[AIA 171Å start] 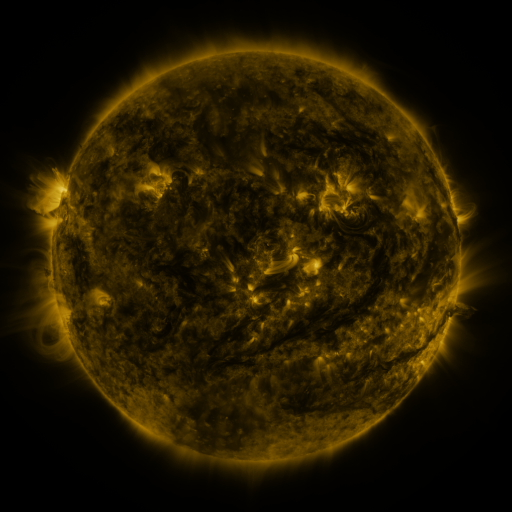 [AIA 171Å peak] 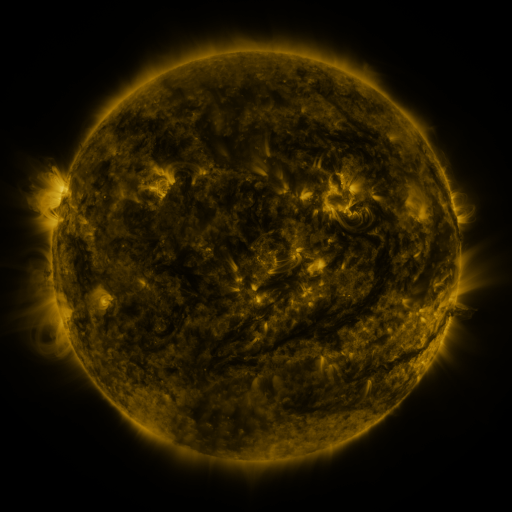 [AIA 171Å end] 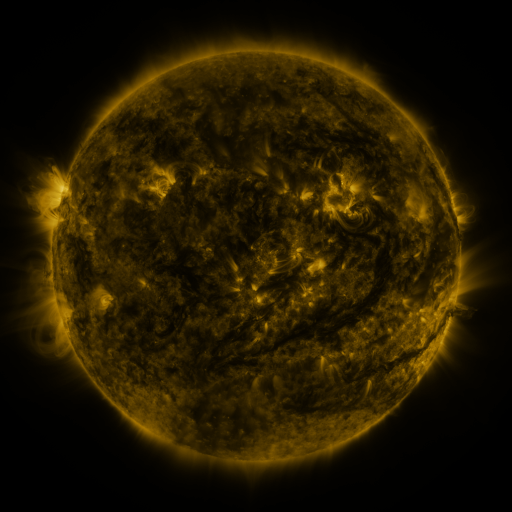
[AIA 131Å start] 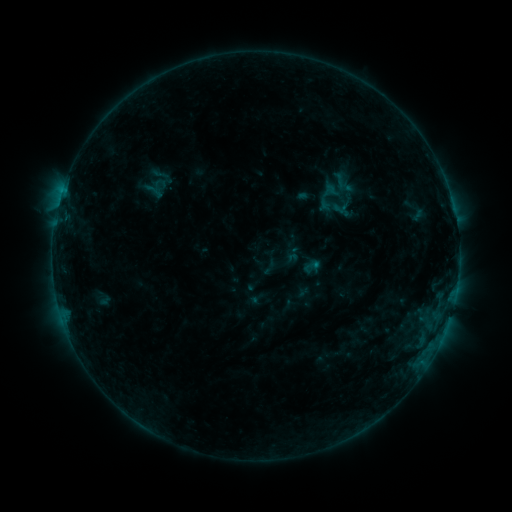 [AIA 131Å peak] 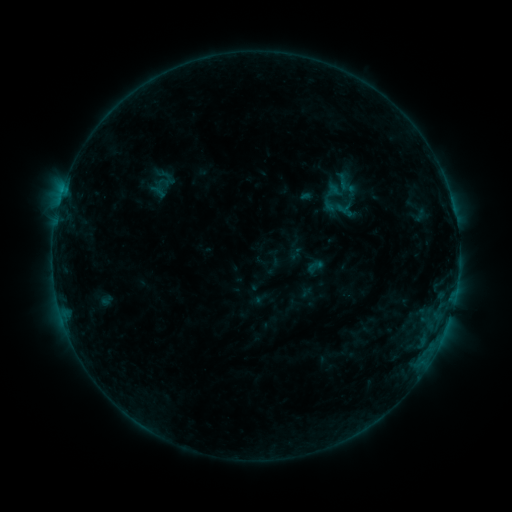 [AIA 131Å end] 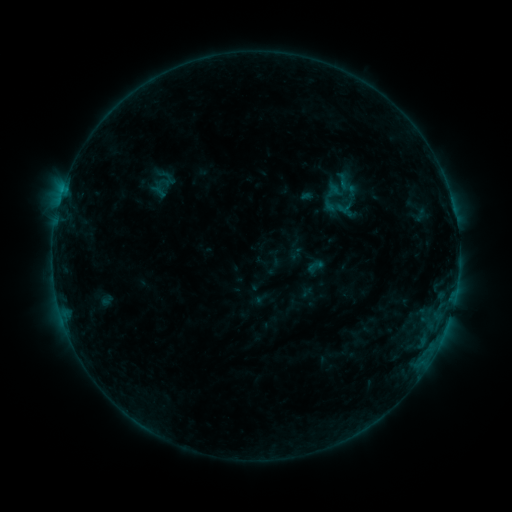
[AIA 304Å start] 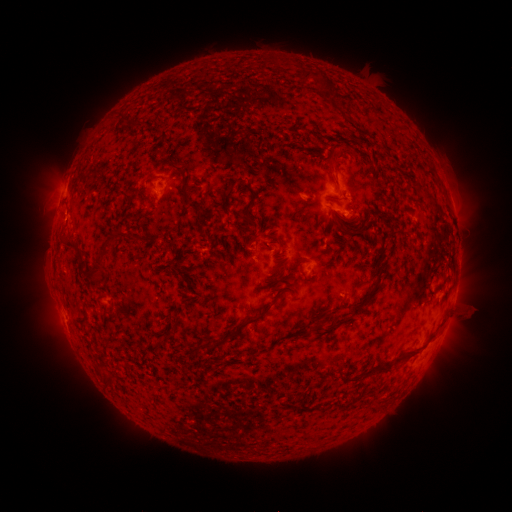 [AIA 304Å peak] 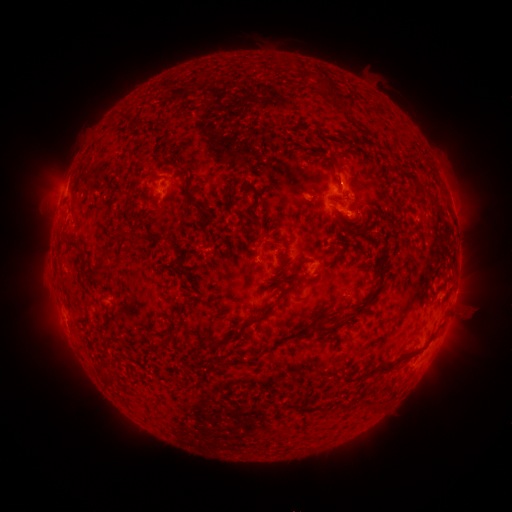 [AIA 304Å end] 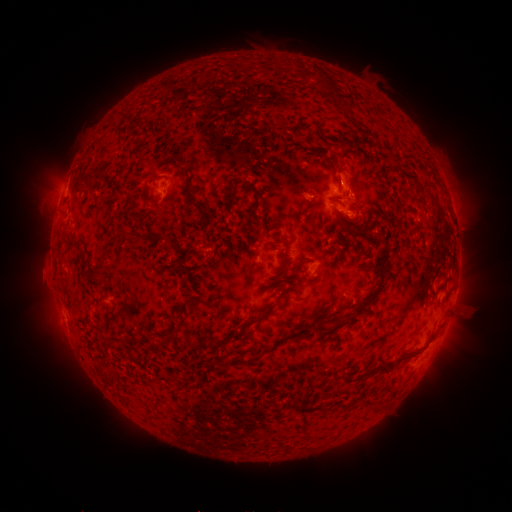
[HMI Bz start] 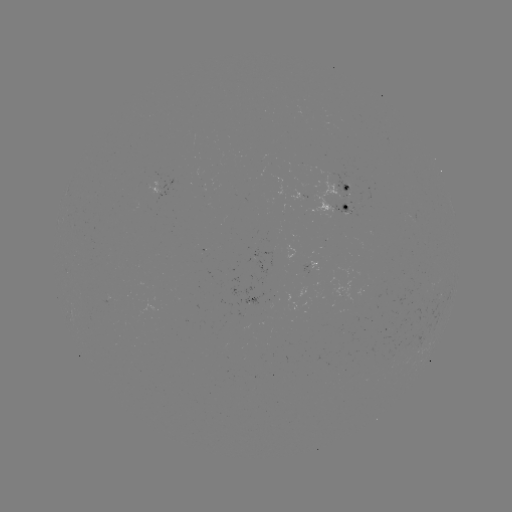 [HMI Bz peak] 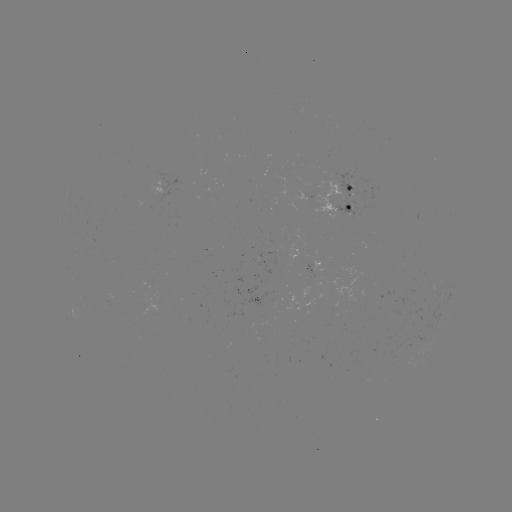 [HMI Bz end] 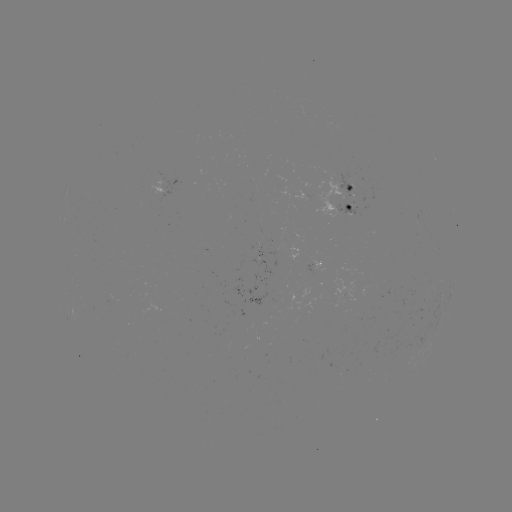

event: emerging-flux region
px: (348, 208)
